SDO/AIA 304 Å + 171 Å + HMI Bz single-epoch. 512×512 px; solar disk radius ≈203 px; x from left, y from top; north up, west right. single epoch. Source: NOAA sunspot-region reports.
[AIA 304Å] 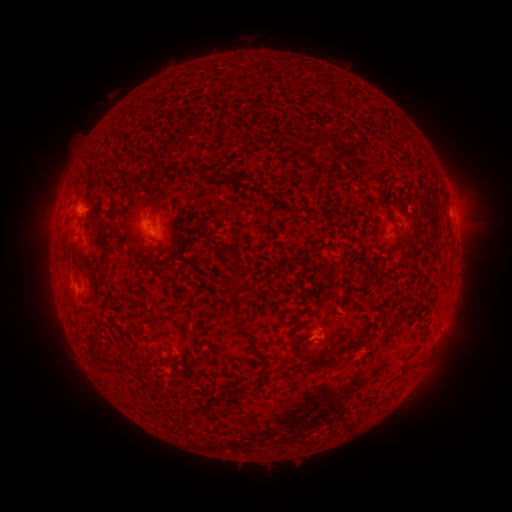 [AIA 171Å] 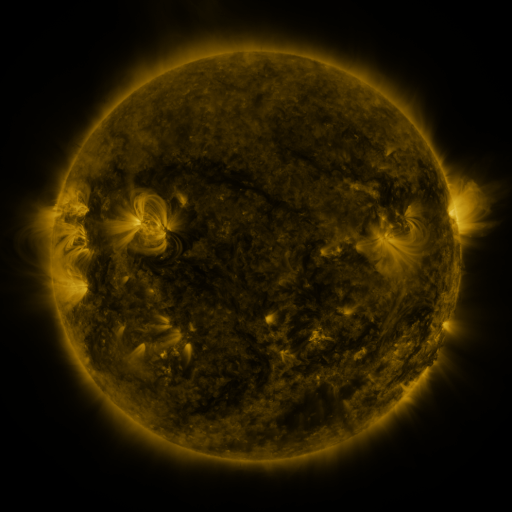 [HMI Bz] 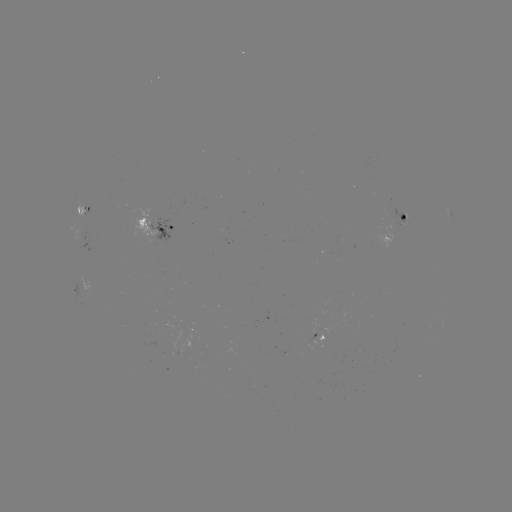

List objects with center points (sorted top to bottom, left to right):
spotted active region: (85, 214)
spotted active region: (451, 214)
spotted active region: (396, 226)
spotted active region: (162, 230)
spotted active region: (79, 291)
spotted active region: (444, 323)
spotted active region: (319, 336)
